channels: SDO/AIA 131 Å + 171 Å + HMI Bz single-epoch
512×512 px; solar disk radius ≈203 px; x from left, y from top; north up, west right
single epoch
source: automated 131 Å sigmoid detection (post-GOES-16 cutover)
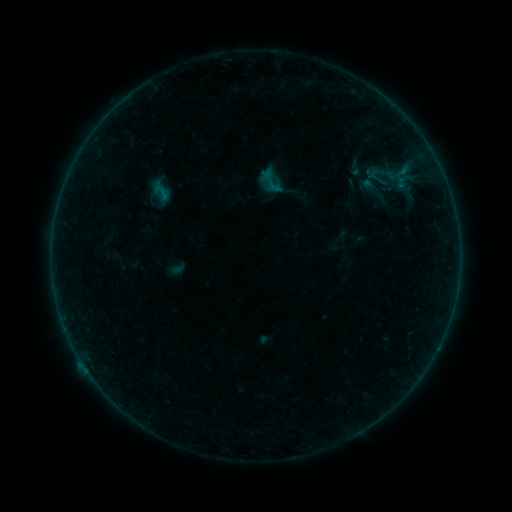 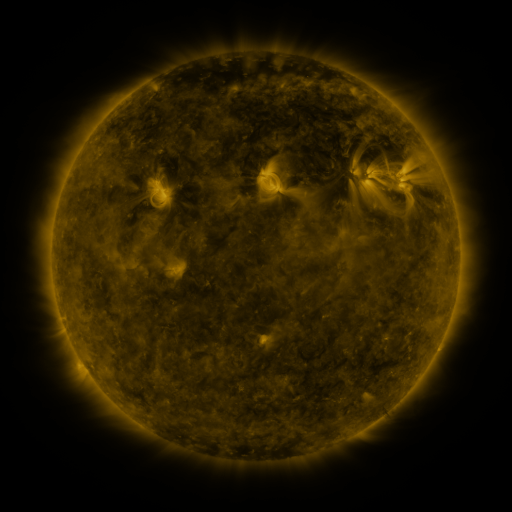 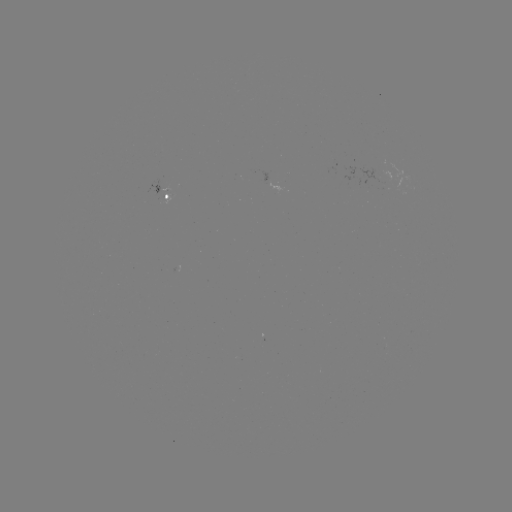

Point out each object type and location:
sigmoid: <bbox>253, 164, 290, 197</bbox>
sigmoid: <bbox>152, 181, 173, 203</bbox>
